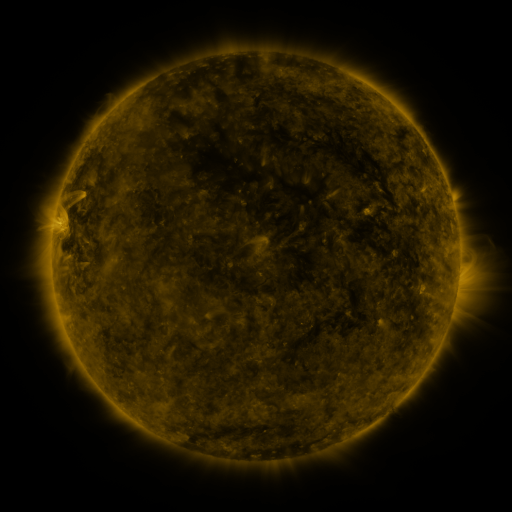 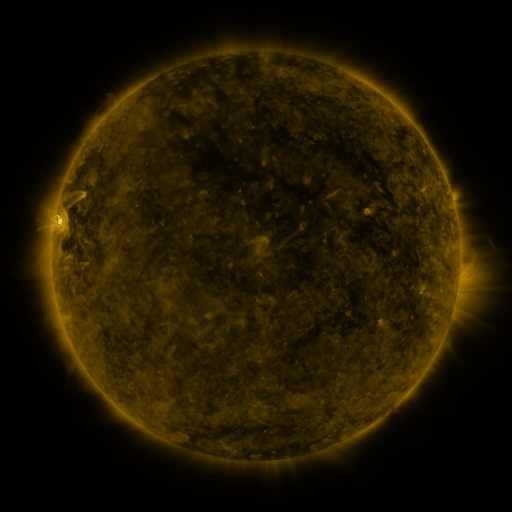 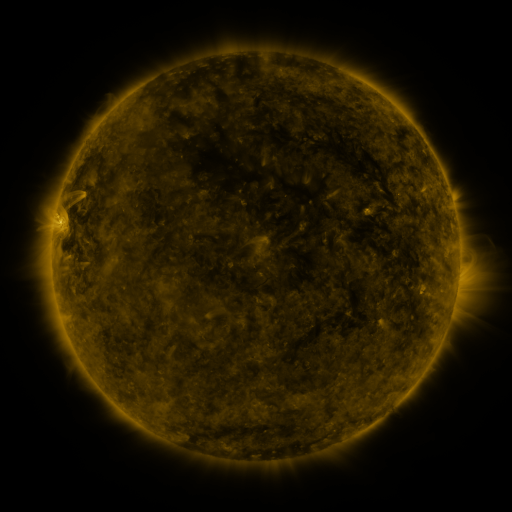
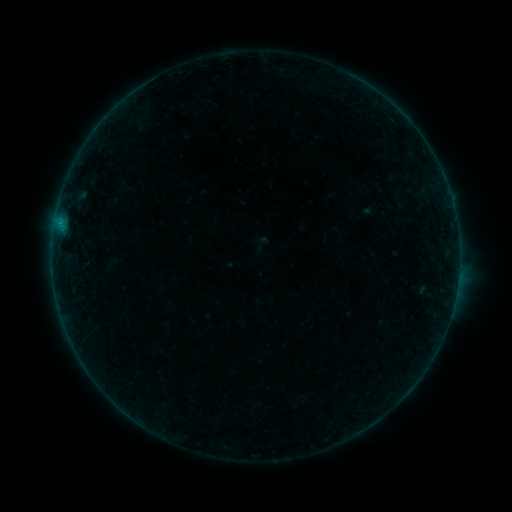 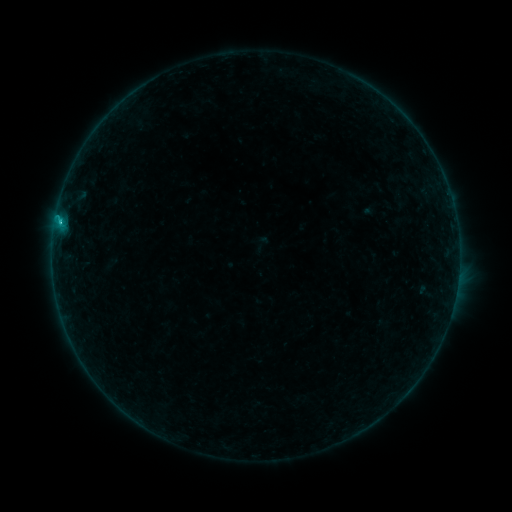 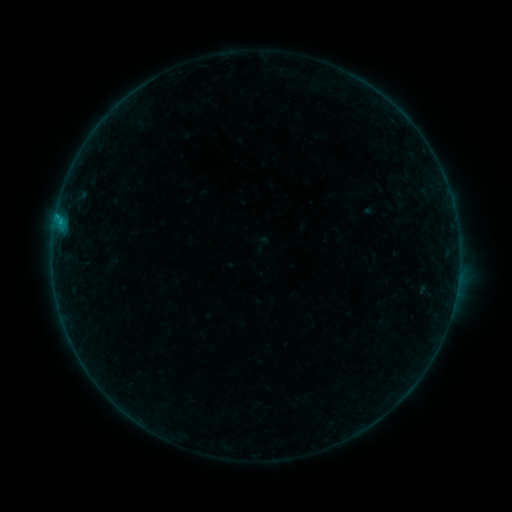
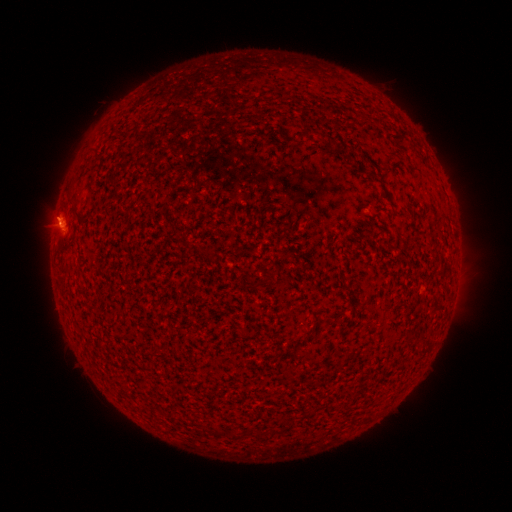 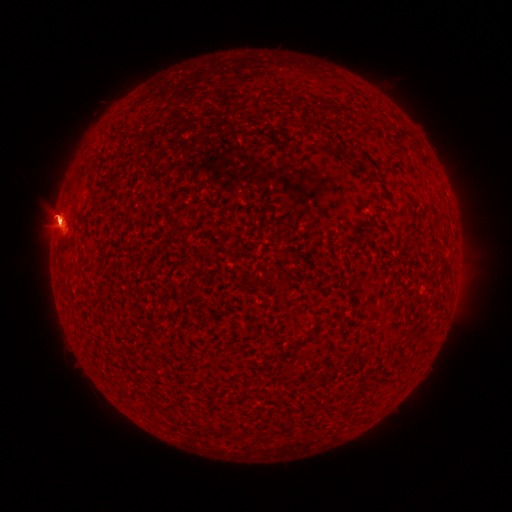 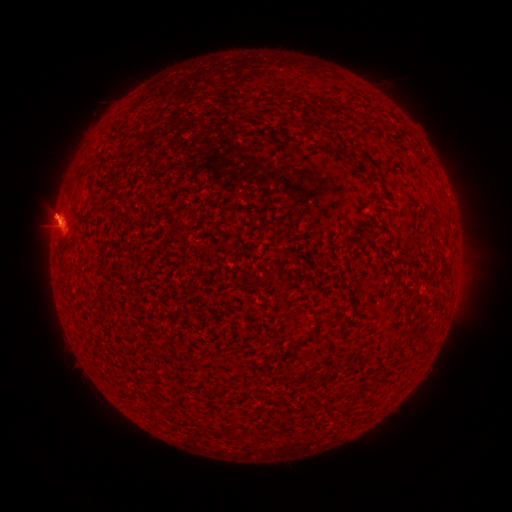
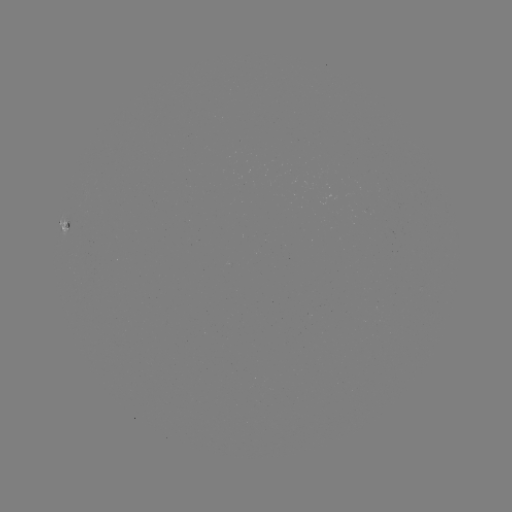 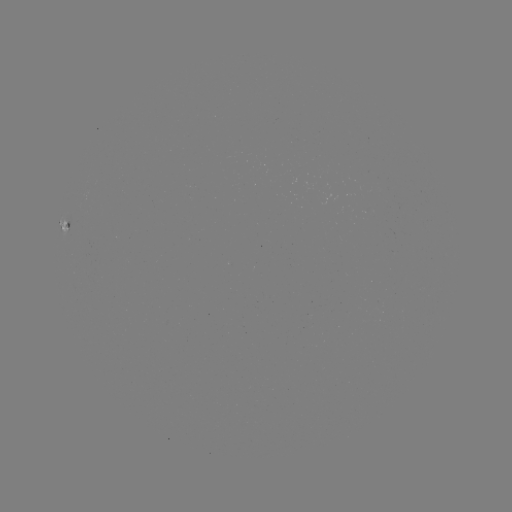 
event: flare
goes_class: B7.1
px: (60, 222)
